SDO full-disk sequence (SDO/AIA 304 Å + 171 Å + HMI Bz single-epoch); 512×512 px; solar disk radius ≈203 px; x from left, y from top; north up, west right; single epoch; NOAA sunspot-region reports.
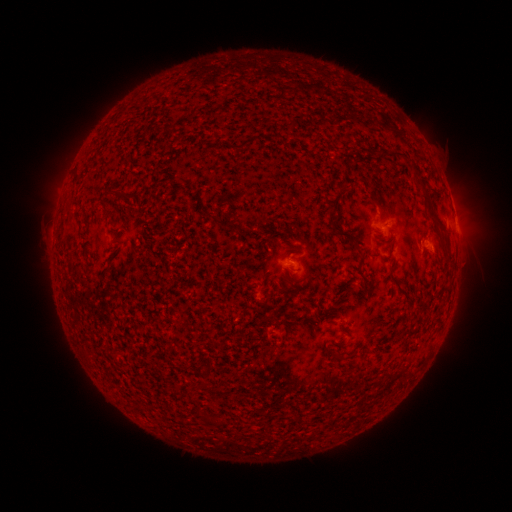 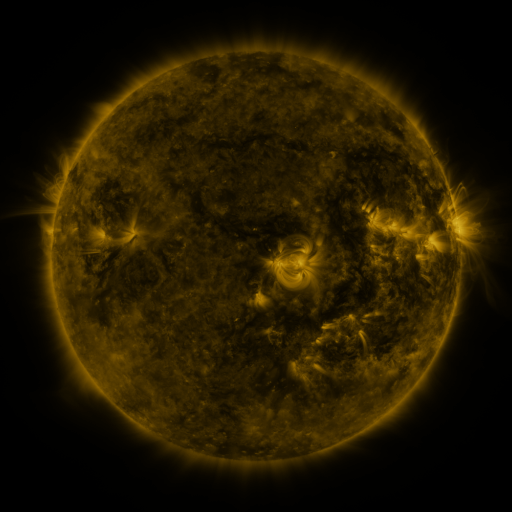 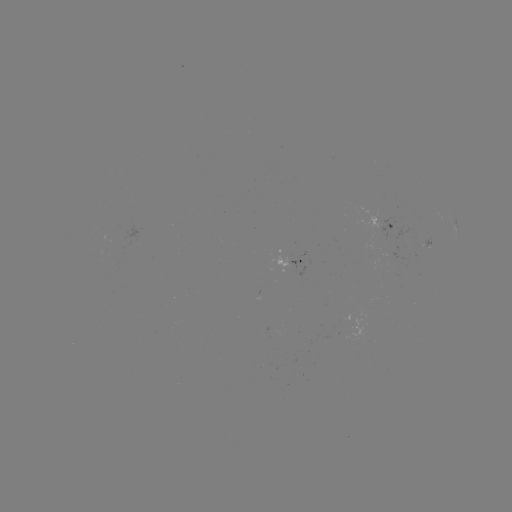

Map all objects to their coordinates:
spotted active region: (387, 222)
spotted active region: (457, 227)
spotted active region: (434, 239)
spotted active region: (294, 263)
